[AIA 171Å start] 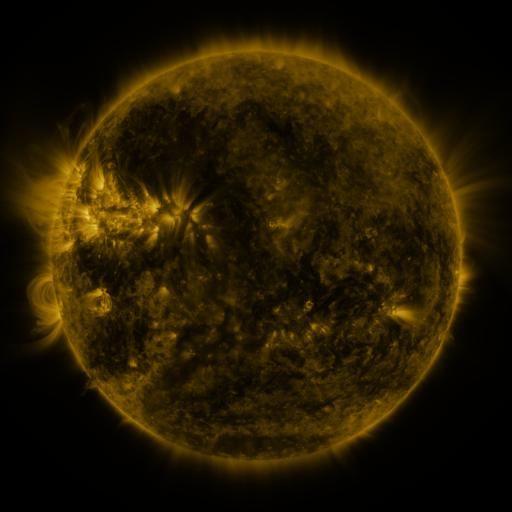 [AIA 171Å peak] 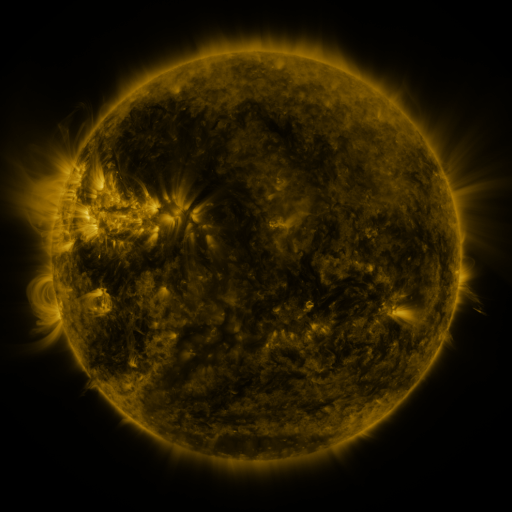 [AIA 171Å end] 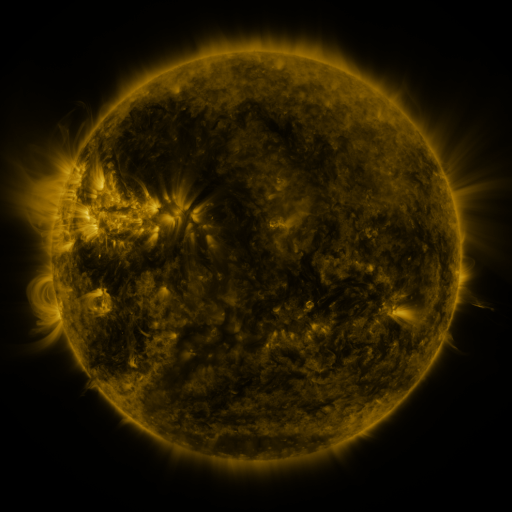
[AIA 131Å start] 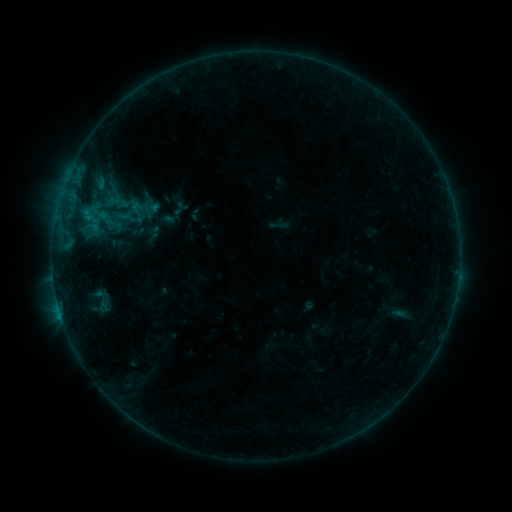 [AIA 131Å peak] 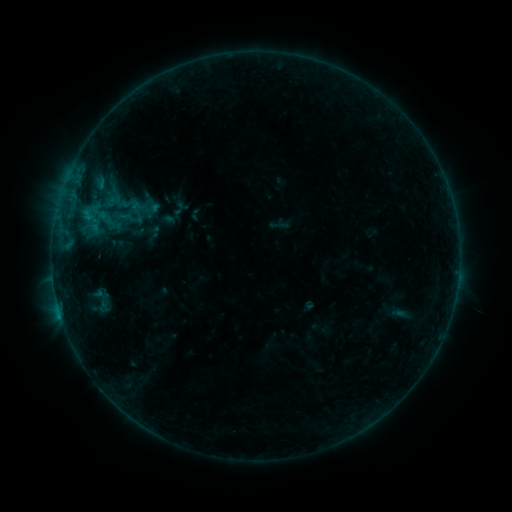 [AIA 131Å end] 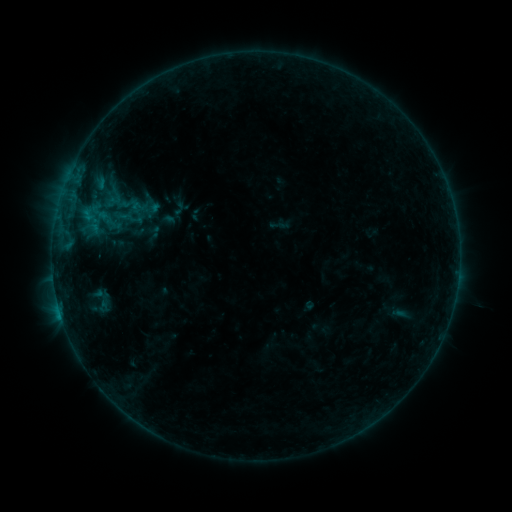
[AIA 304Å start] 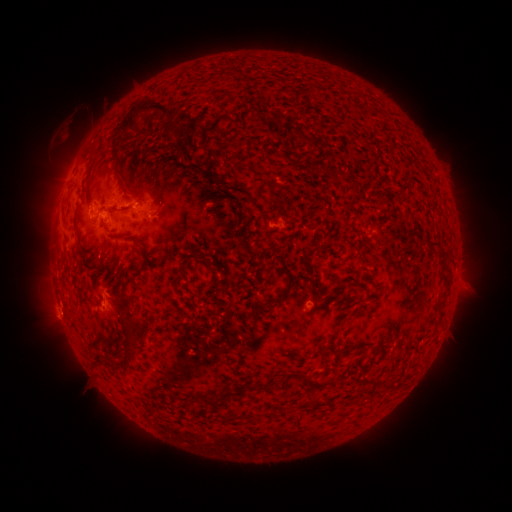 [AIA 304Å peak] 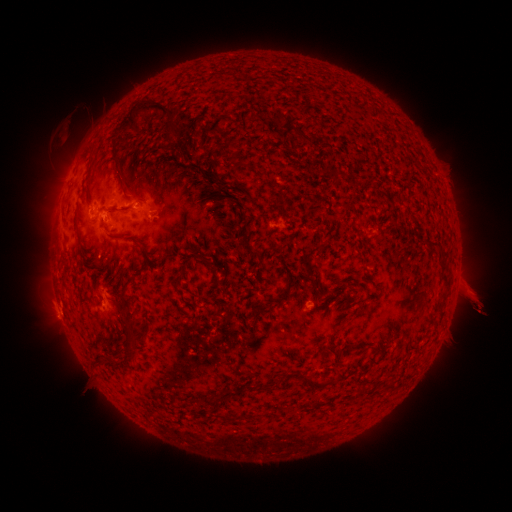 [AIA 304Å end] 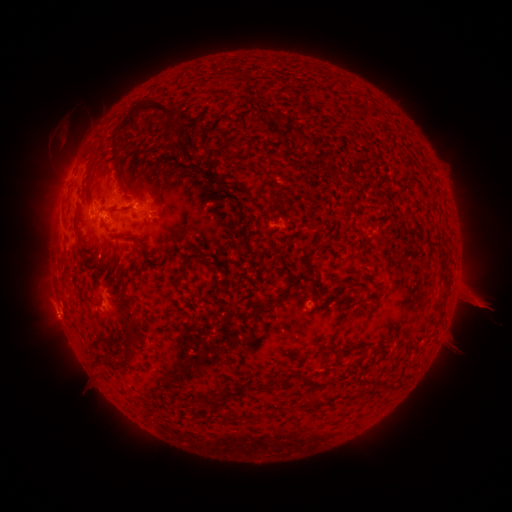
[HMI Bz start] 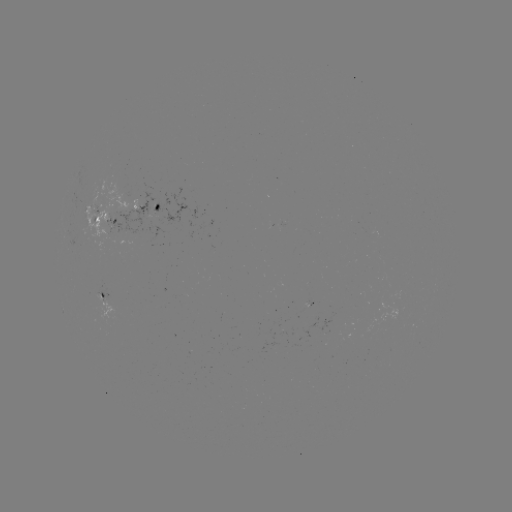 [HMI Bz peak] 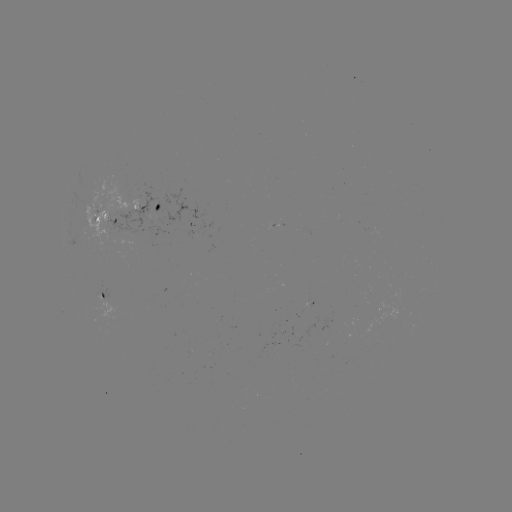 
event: eruption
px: (471, 291)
